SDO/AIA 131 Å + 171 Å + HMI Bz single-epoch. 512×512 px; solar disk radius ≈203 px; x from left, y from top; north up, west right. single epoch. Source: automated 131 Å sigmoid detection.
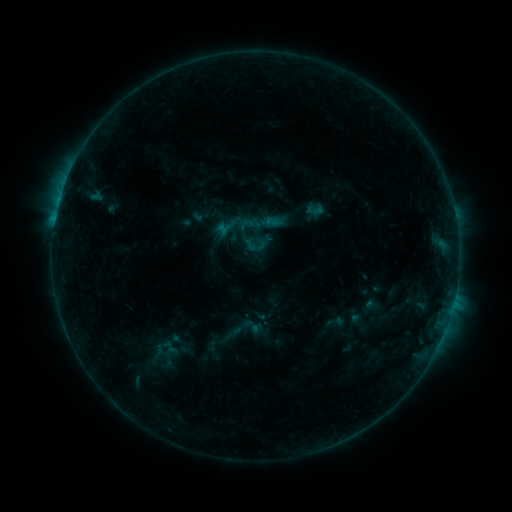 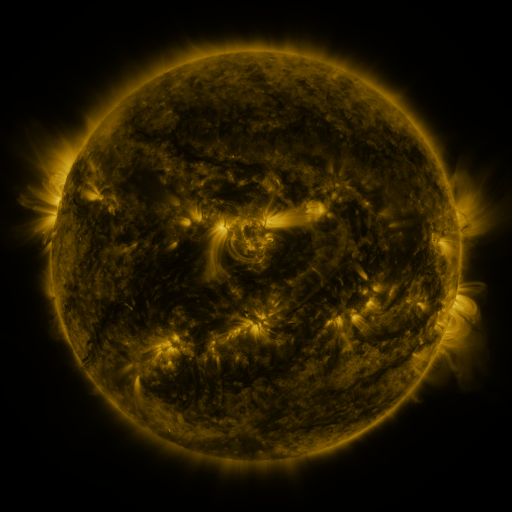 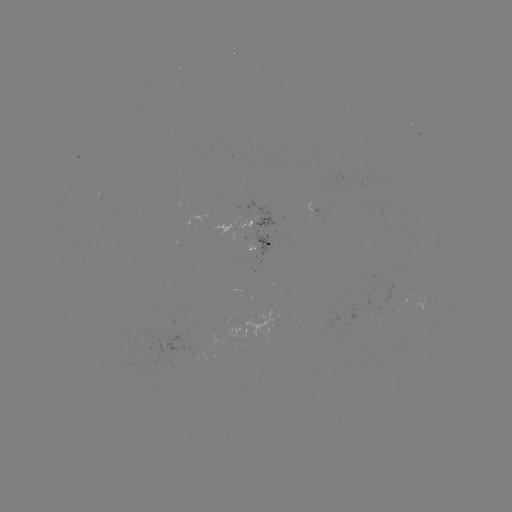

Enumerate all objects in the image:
sigmoid: (255, 244)
sigmoid: (335, 322)
